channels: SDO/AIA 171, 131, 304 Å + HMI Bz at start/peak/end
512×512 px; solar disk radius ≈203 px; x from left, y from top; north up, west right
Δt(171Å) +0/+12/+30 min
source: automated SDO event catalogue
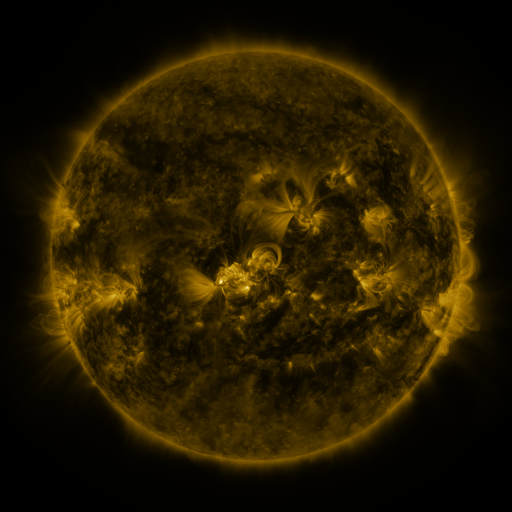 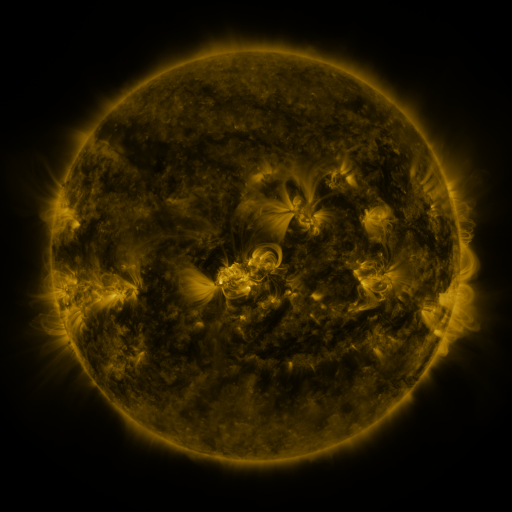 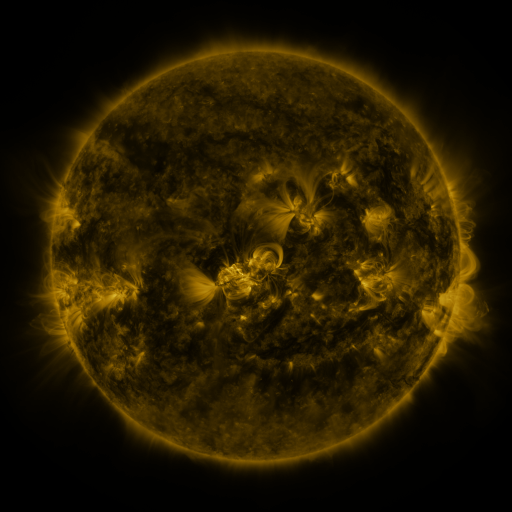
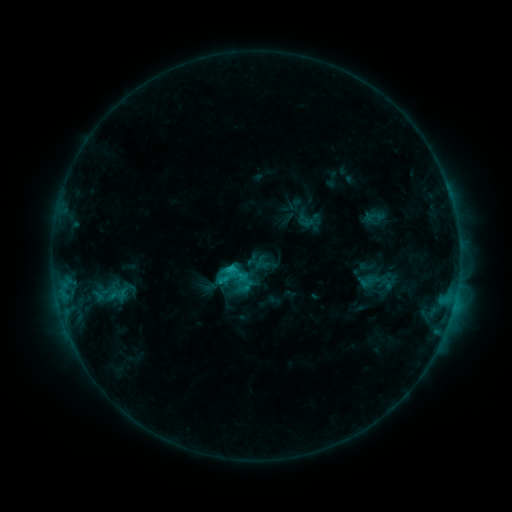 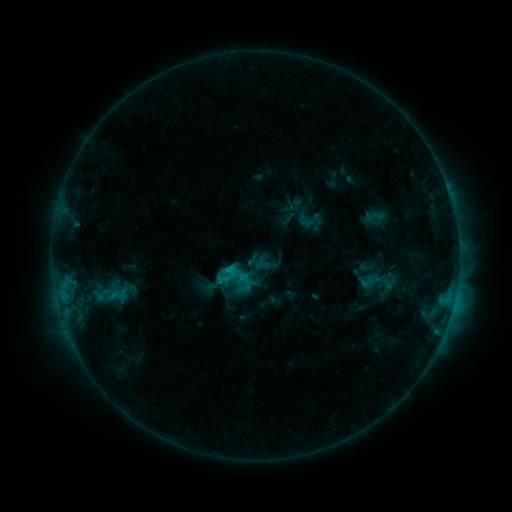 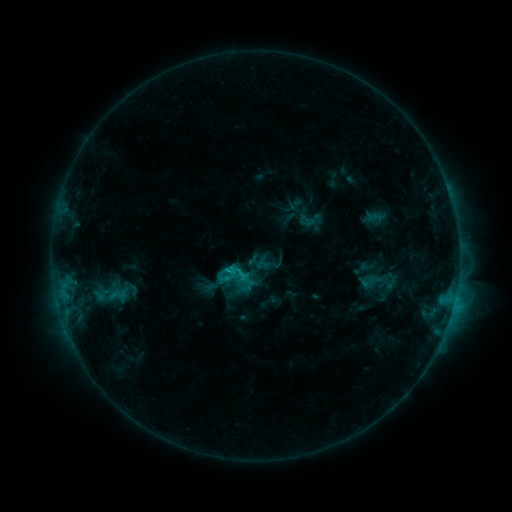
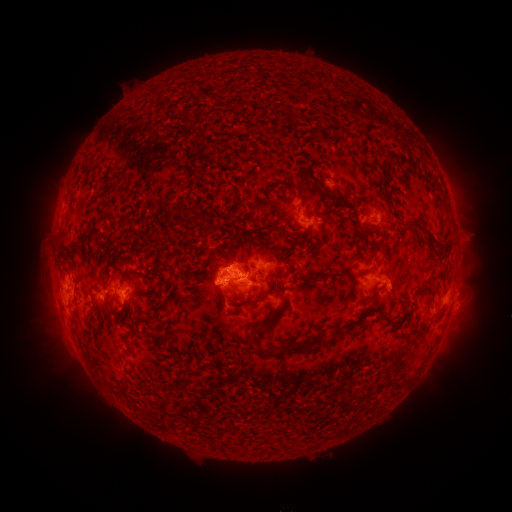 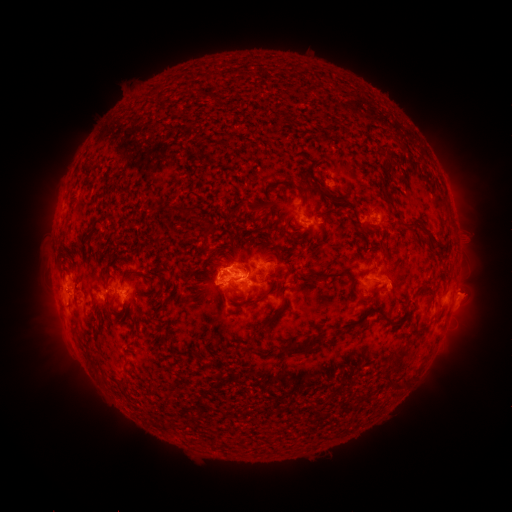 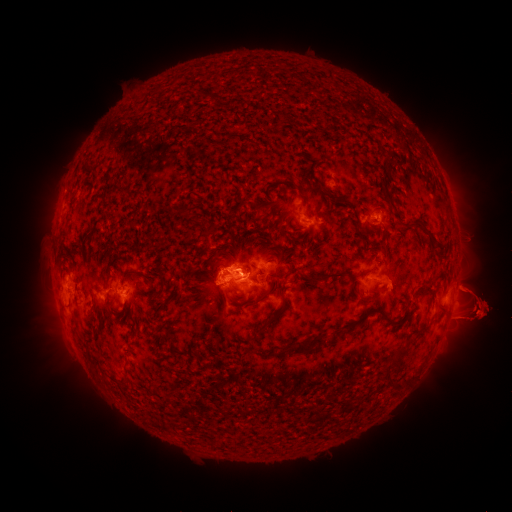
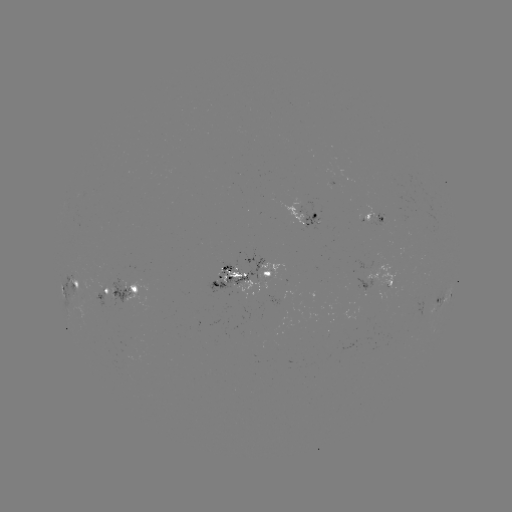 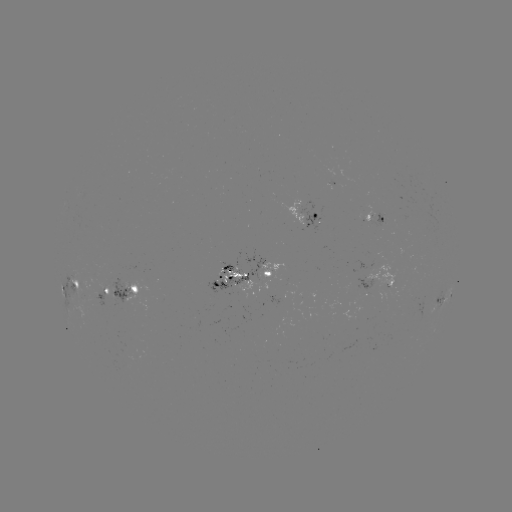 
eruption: [412, 214, 511, 380]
